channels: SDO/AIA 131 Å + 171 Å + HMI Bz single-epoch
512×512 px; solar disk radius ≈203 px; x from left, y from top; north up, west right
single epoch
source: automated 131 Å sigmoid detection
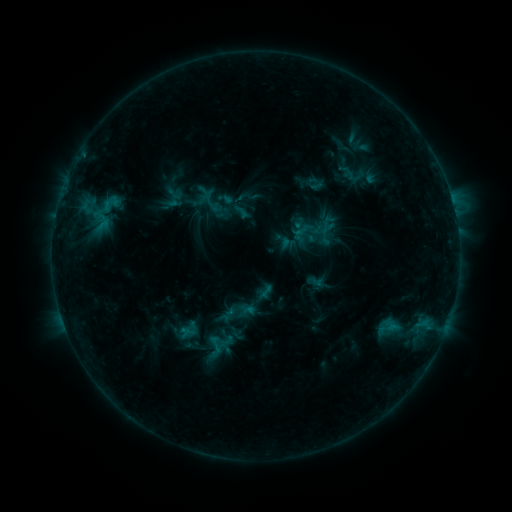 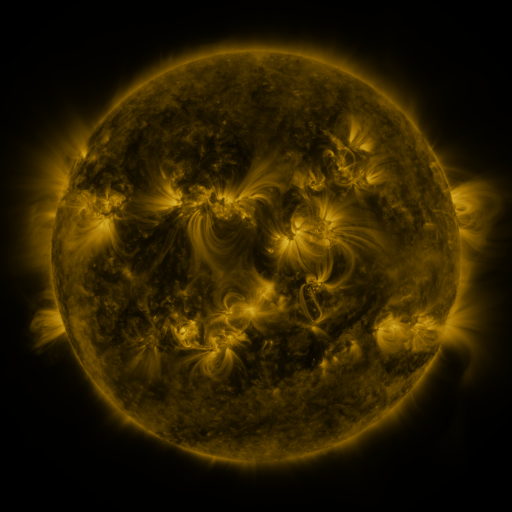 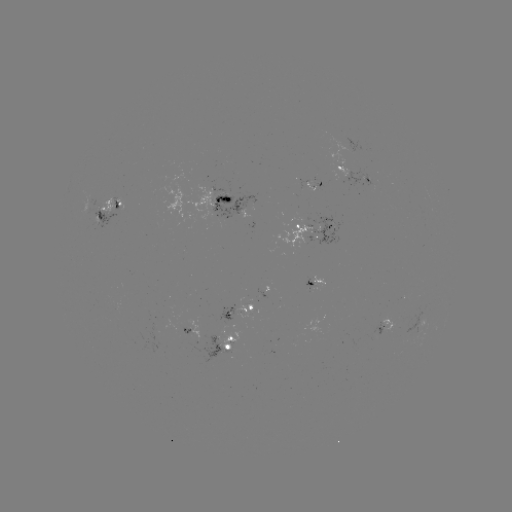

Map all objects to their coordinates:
sigmoid: (174, 192)
sigmoid: (209, 197)
sigmoid: (237, 310)
